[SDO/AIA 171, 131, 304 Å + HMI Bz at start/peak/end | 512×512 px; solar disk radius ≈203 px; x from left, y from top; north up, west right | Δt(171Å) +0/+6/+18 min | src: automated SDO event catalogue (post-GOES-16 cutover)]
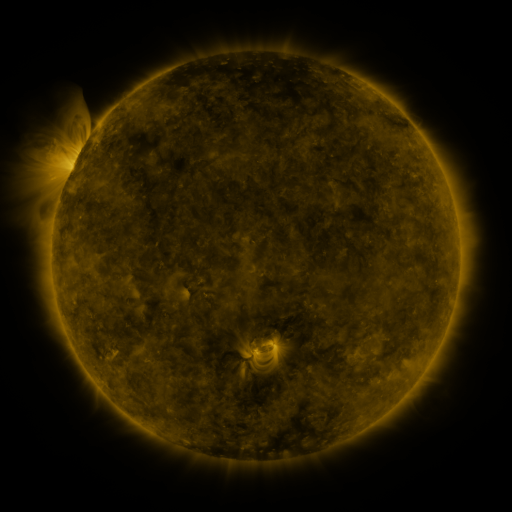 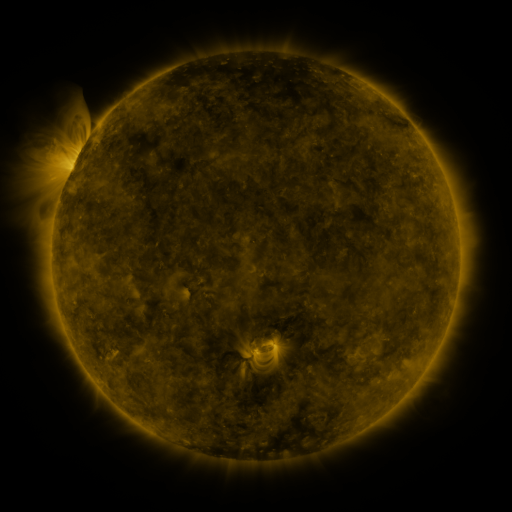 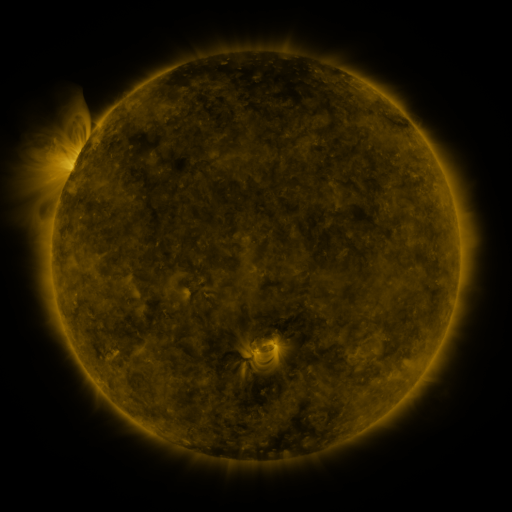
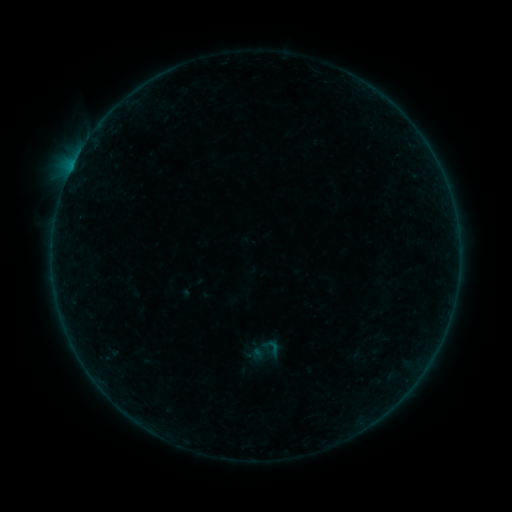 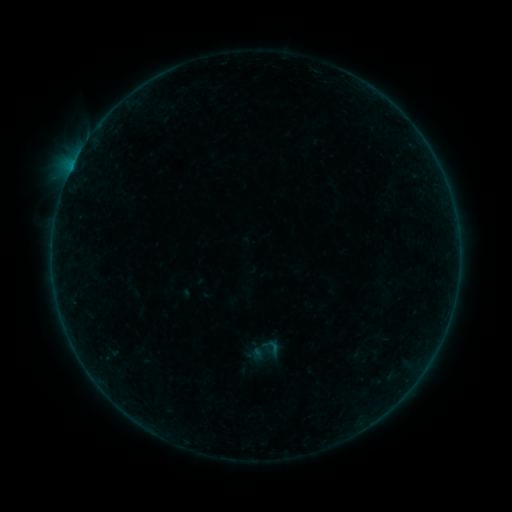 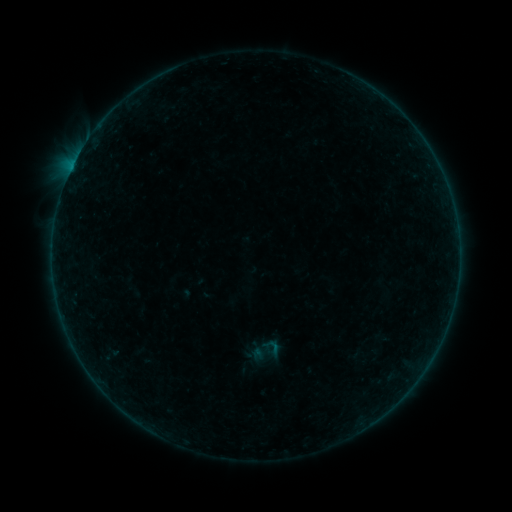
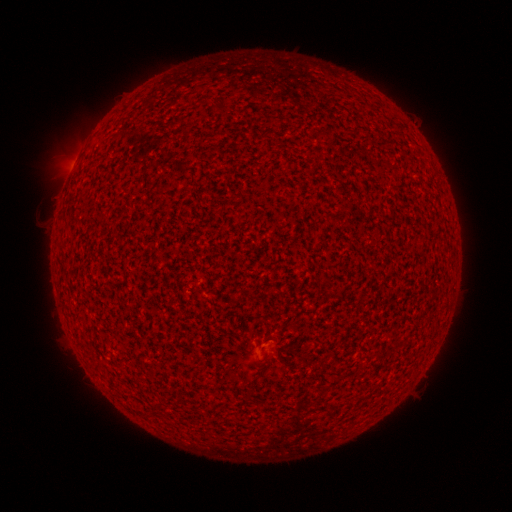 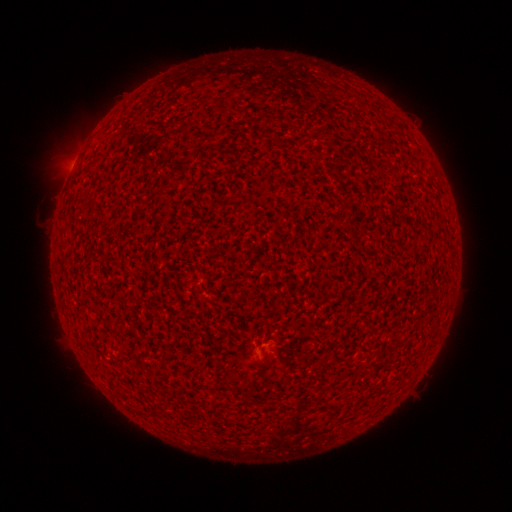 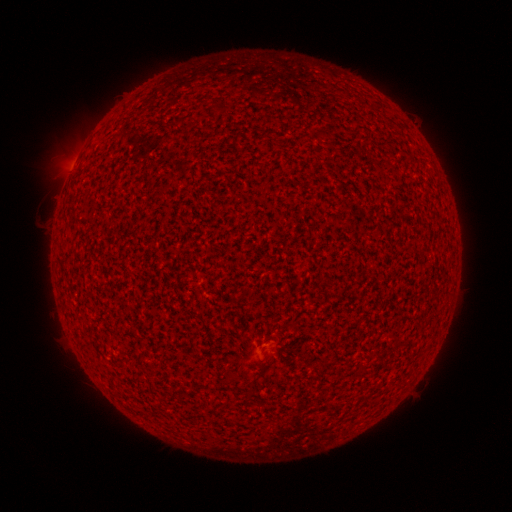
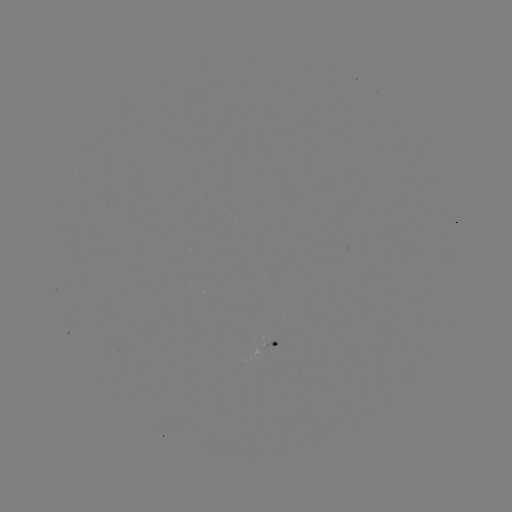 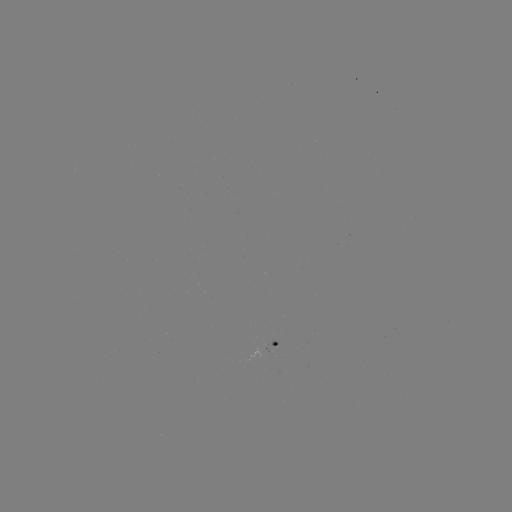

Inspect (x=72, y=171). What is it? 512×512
A4.5 flare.